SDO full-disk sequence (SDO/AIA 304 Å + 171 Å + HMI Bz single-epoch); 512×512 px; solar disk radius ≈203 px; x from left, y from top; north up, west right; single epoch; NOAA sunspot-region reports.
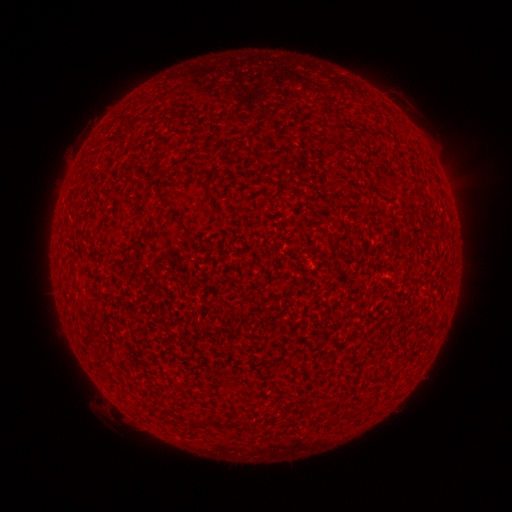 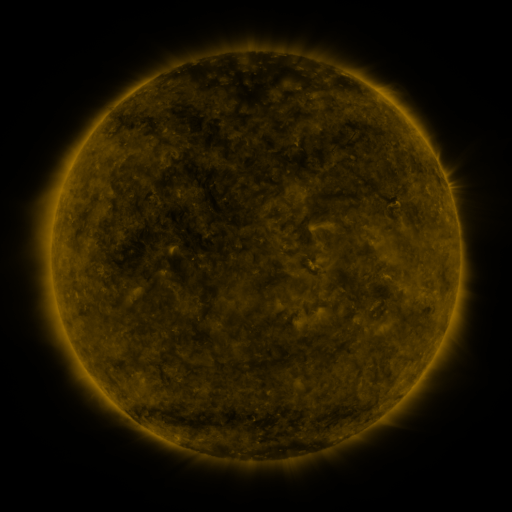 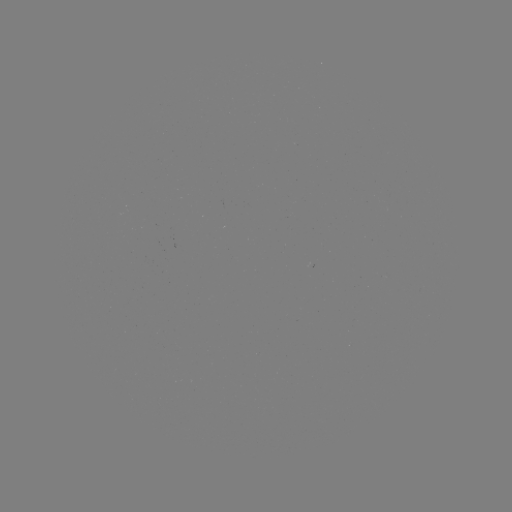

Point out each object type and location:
(none)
